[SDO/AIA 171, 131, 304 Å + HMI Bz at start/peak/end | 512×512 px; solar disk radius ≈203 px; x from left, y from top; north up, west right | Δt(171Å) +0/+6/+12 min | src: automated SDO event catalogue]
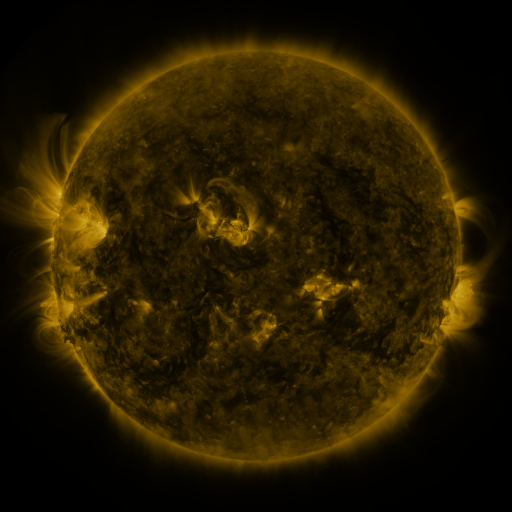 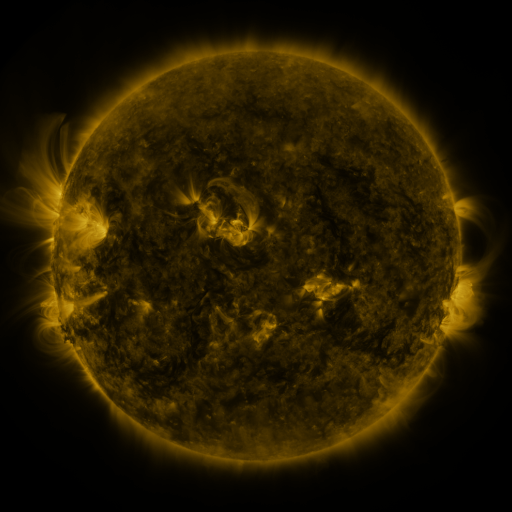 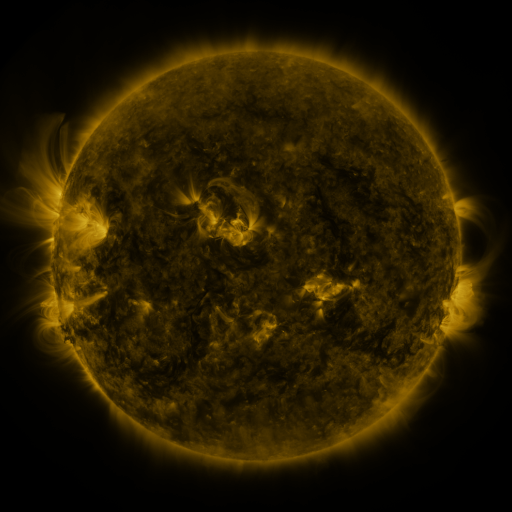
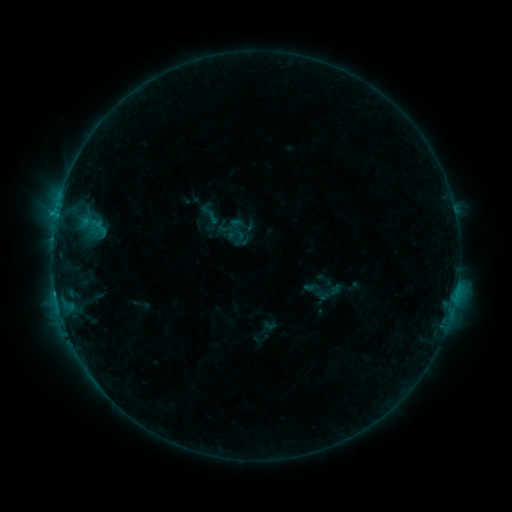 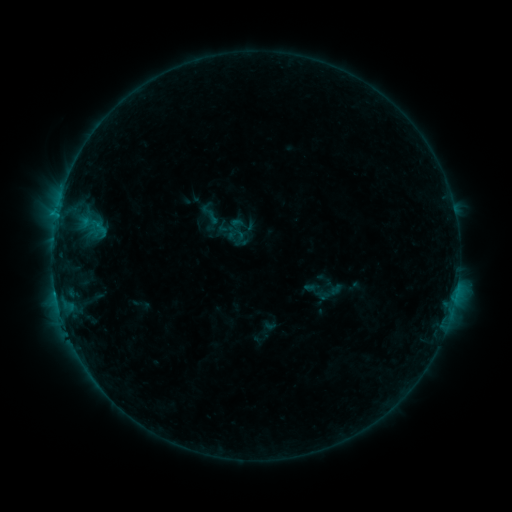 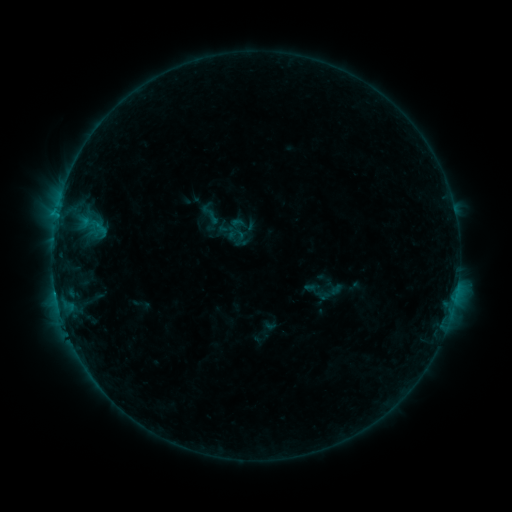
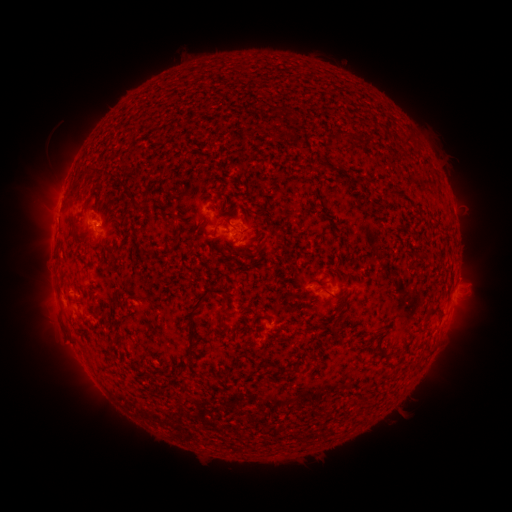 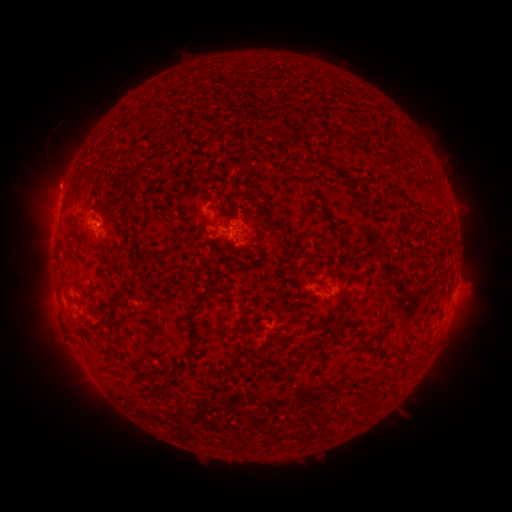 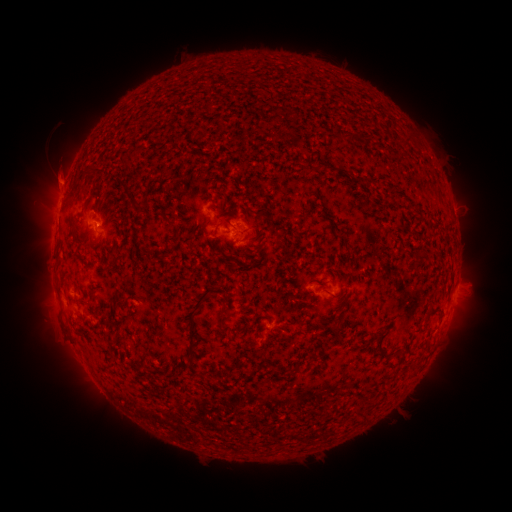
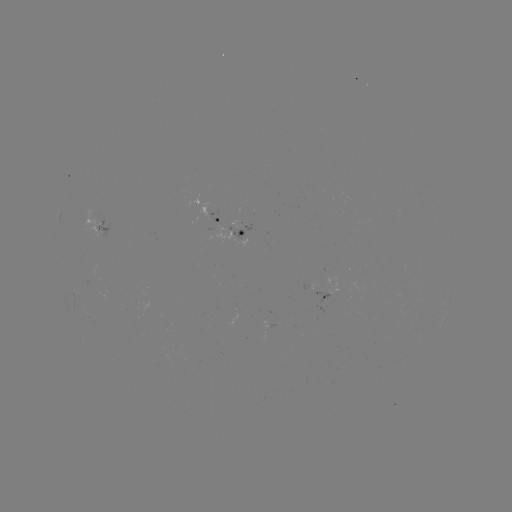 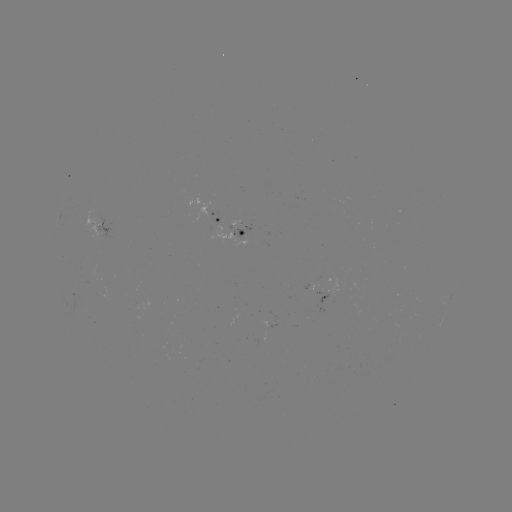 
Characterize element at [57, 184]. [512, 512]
eruption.